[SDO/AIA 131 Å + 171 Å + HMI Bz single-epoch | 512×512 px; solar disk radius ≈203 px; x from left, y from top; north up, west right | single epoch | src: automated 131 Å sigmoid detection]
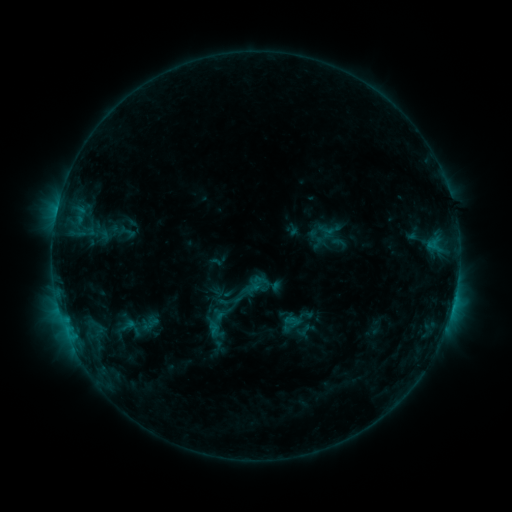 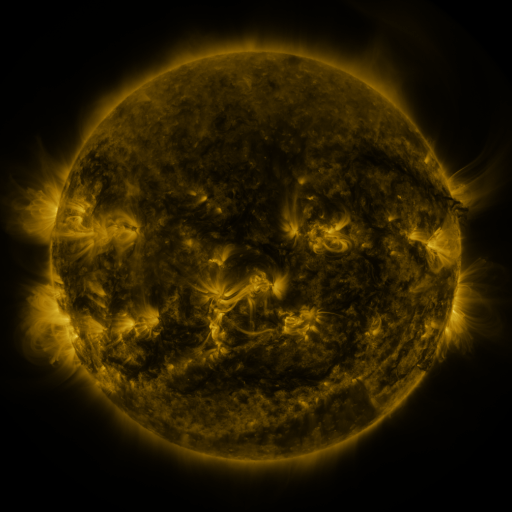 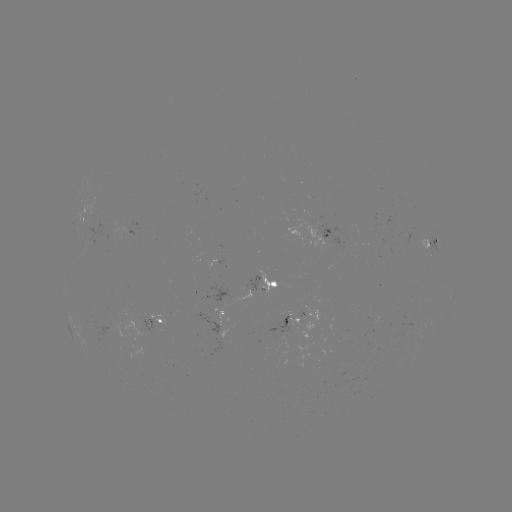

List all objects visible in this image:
sigmoid: (221, 318)
